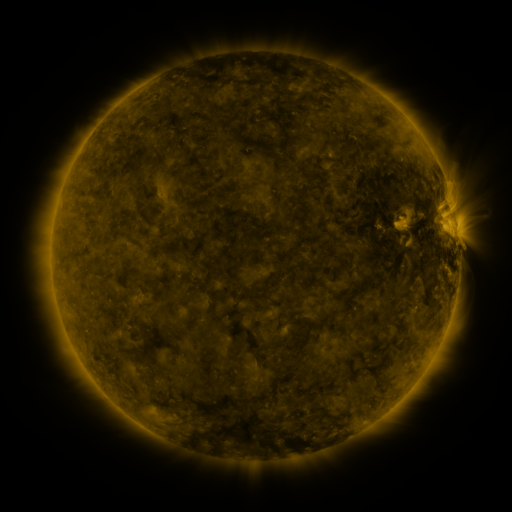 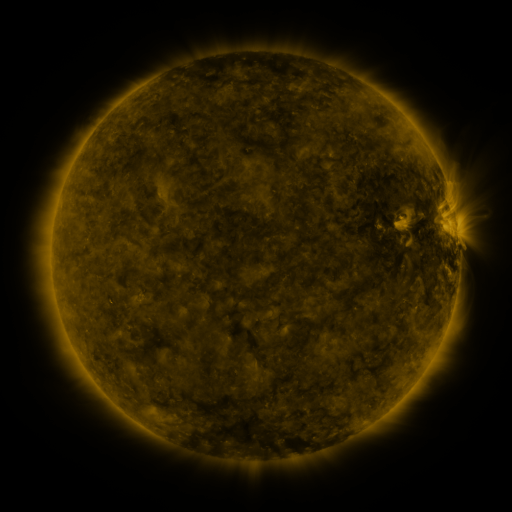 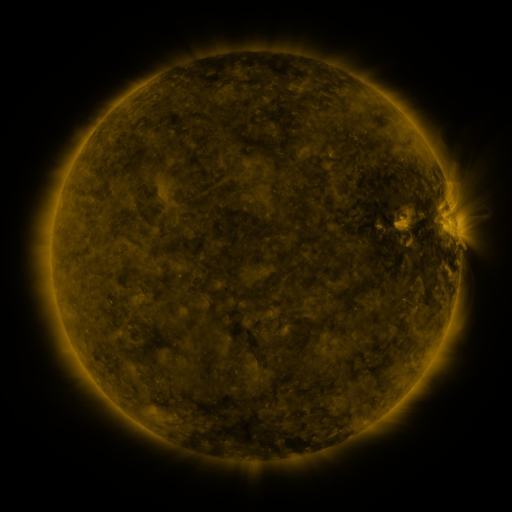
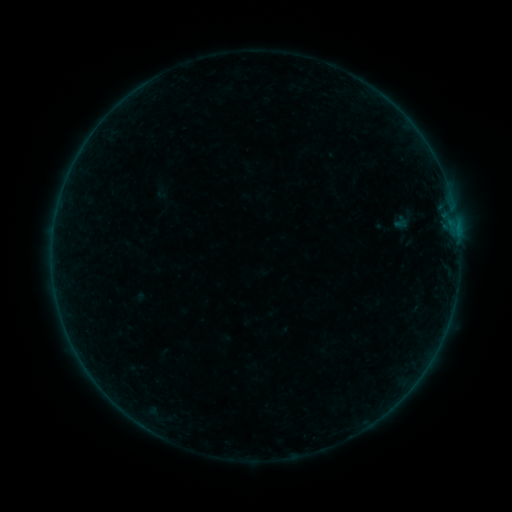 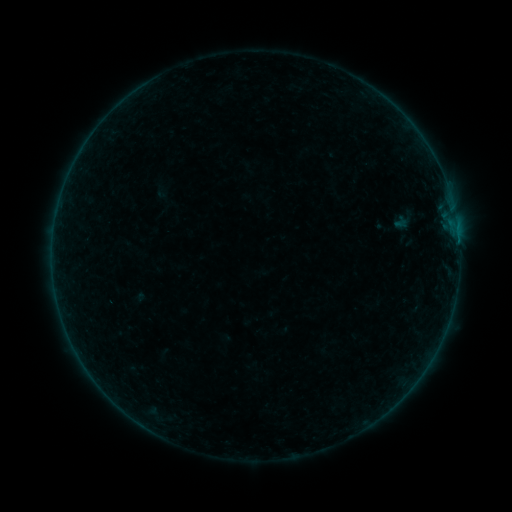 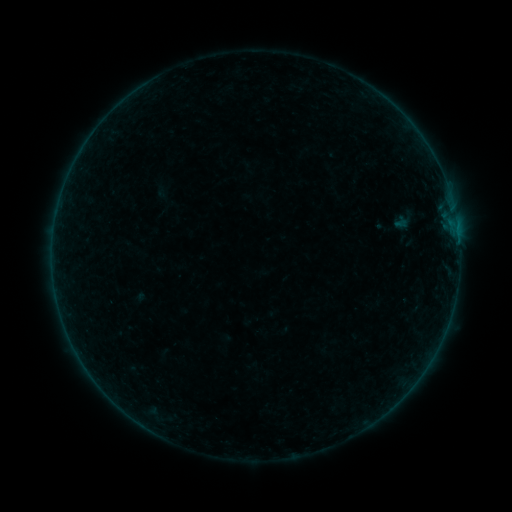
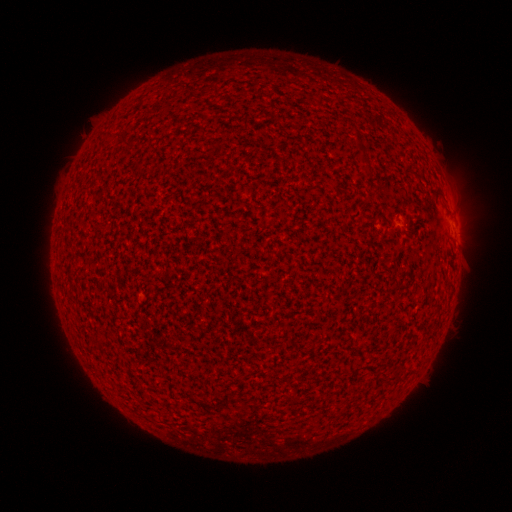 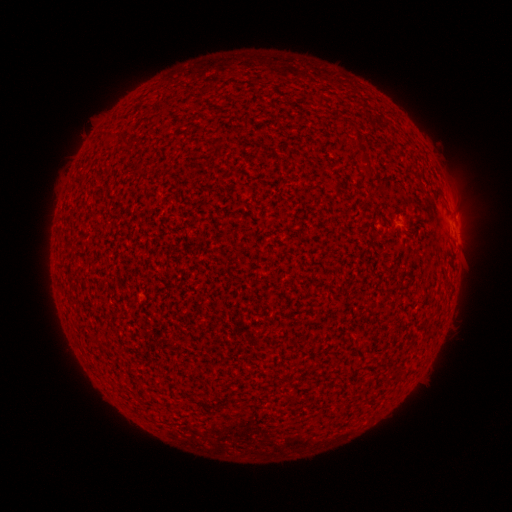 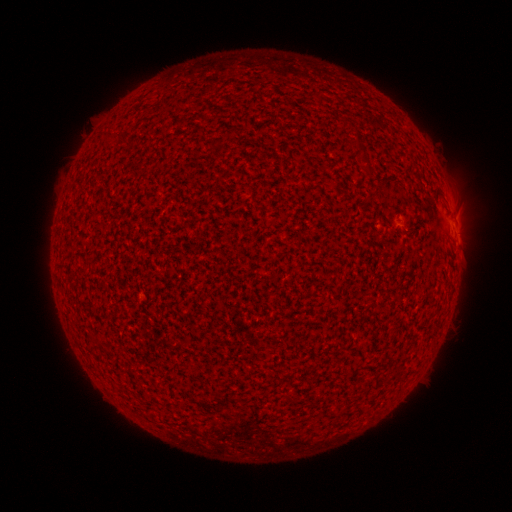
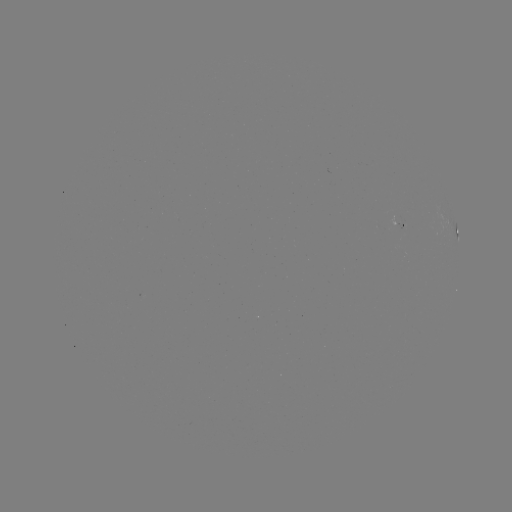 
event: flare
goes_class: B1.3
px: (458, 241)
